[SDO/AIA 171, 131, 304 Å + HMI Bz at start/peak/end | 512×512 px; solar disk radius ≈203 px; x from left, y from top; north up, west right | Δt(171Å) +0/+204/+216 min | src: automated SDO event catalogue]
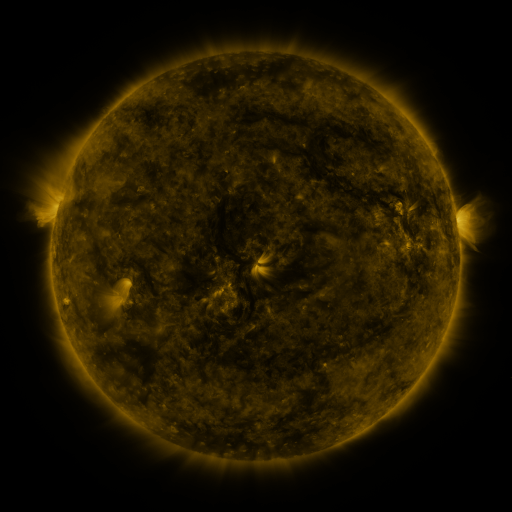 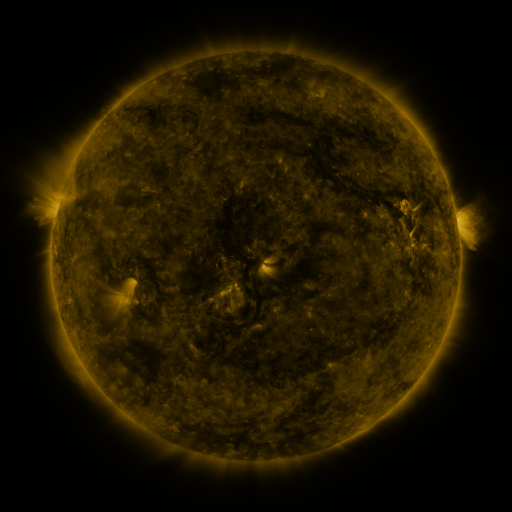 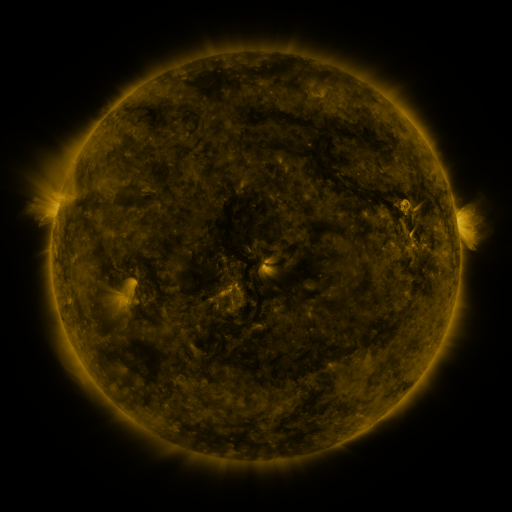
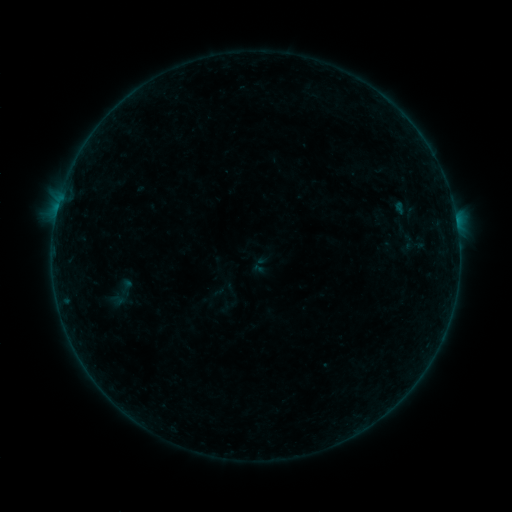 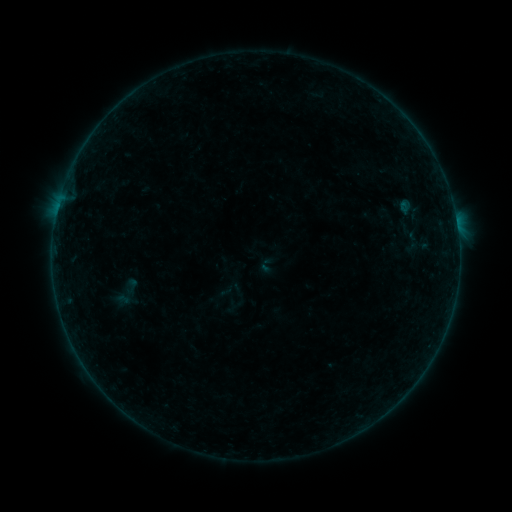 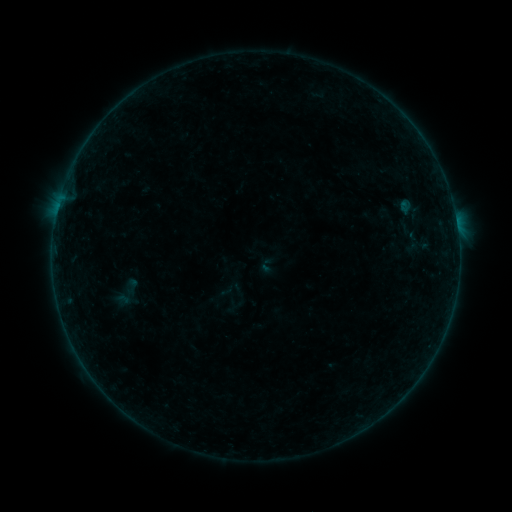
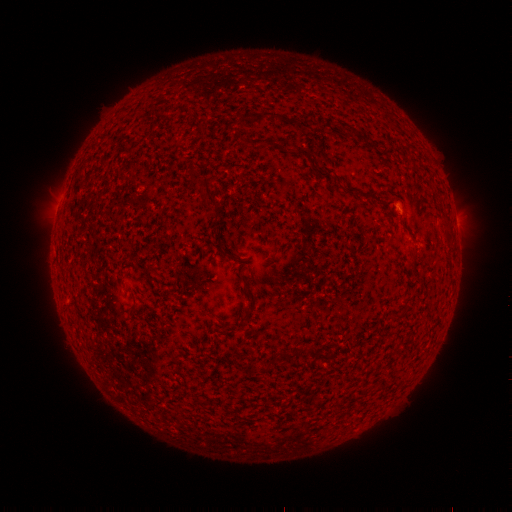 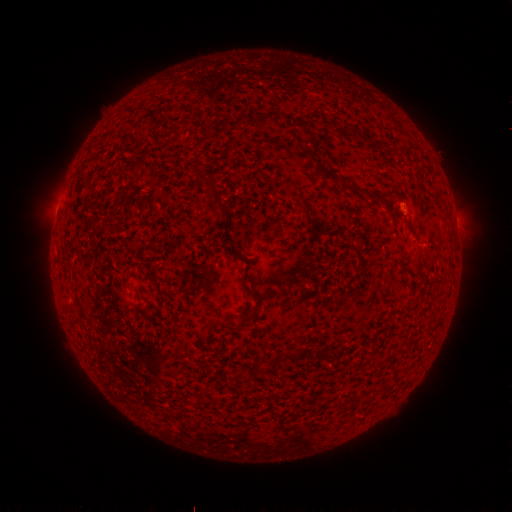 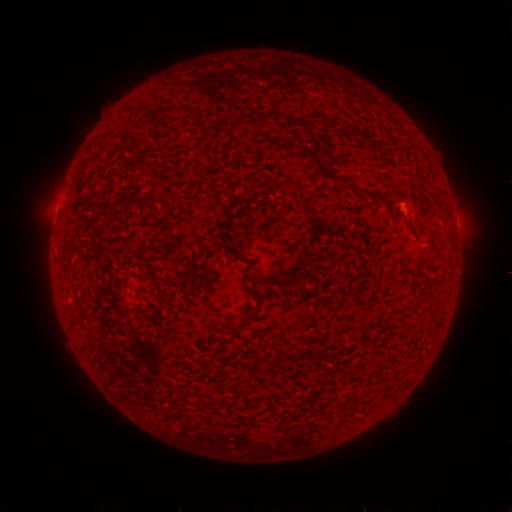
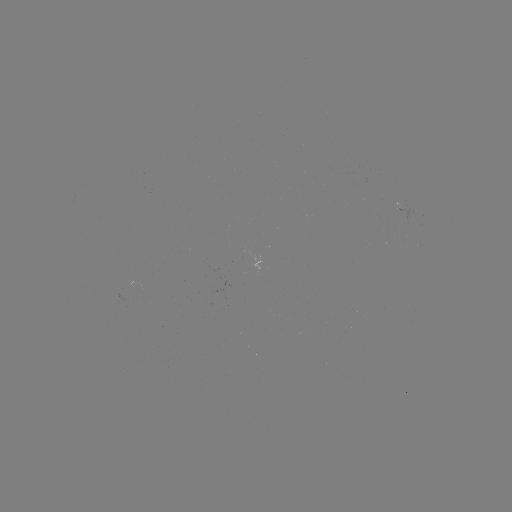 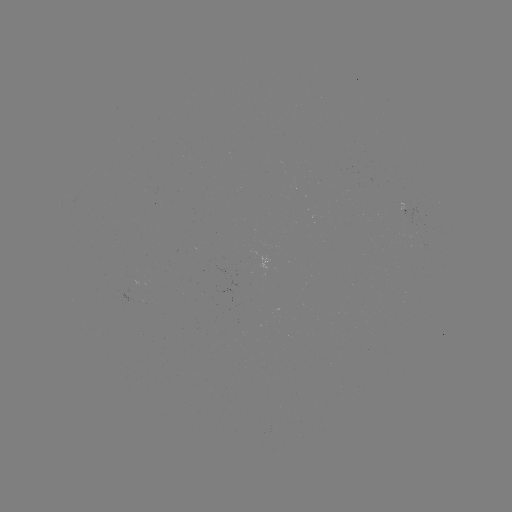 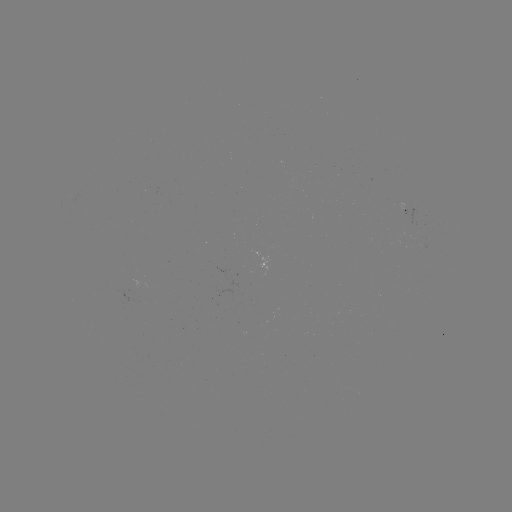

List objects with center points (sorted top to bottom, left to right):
emerging-flux region: (405, 207)
